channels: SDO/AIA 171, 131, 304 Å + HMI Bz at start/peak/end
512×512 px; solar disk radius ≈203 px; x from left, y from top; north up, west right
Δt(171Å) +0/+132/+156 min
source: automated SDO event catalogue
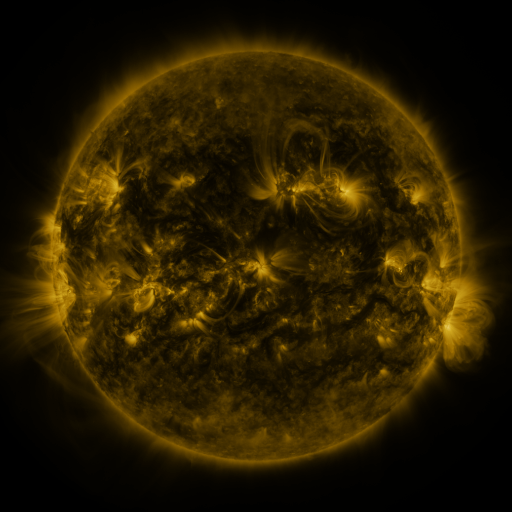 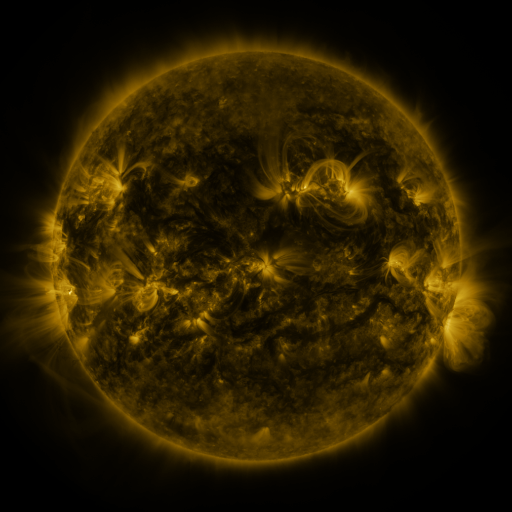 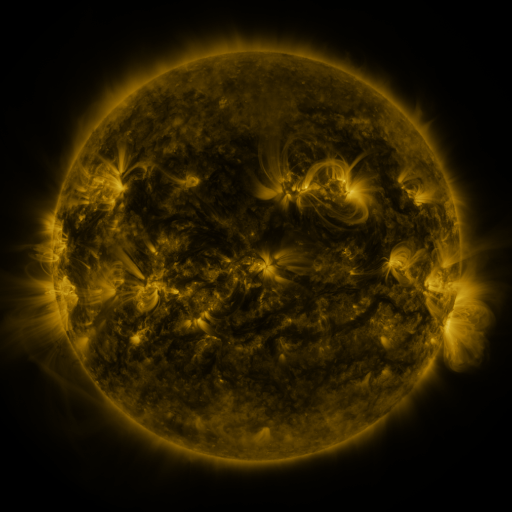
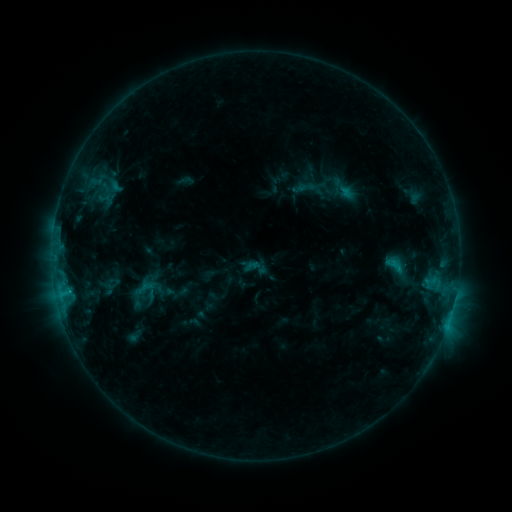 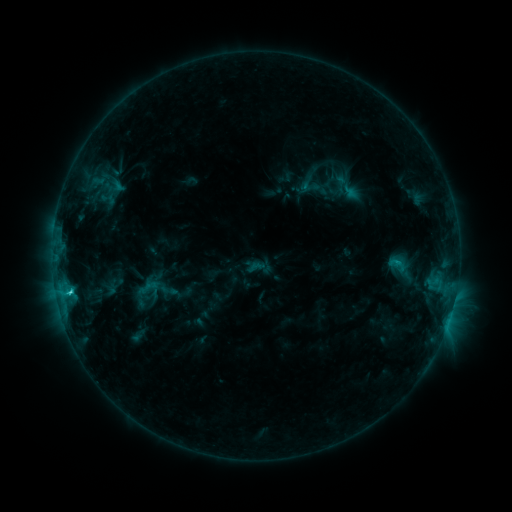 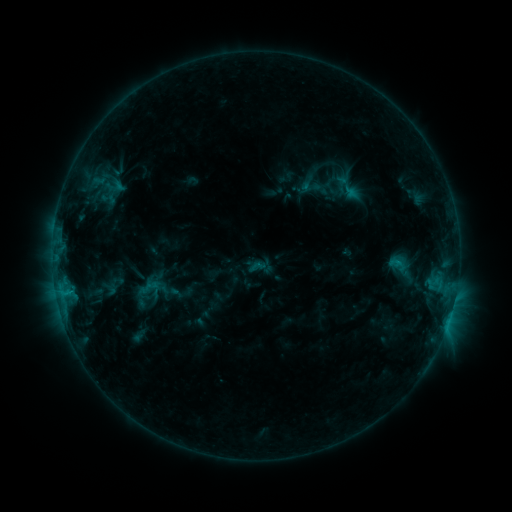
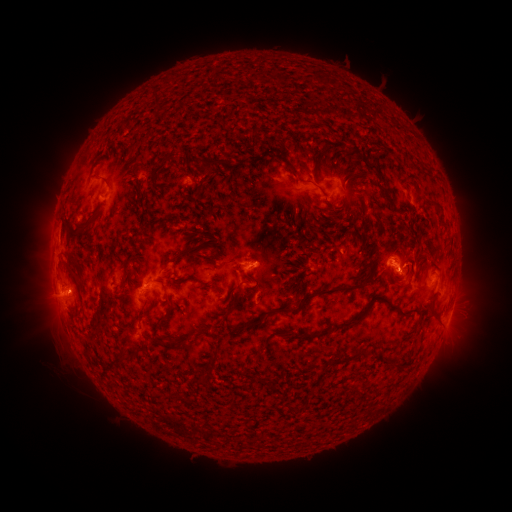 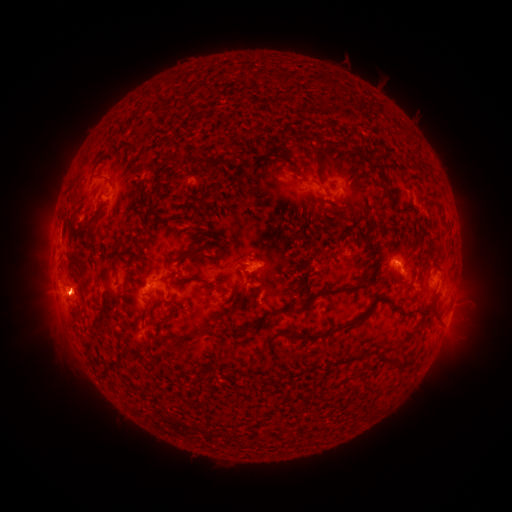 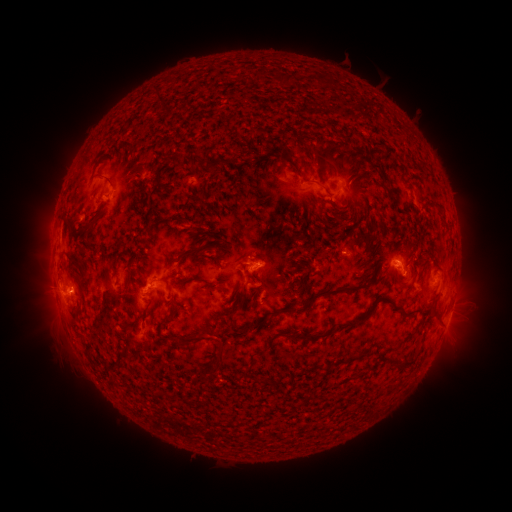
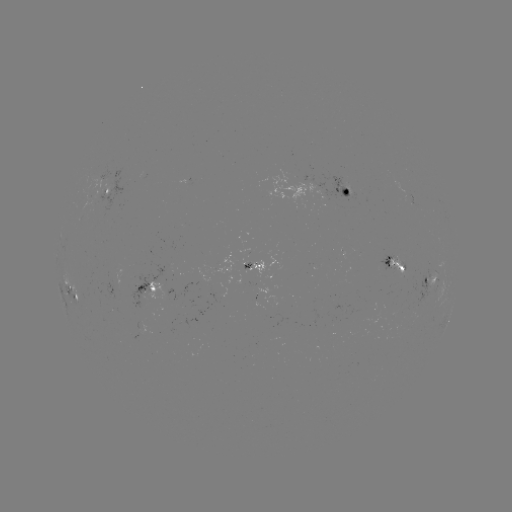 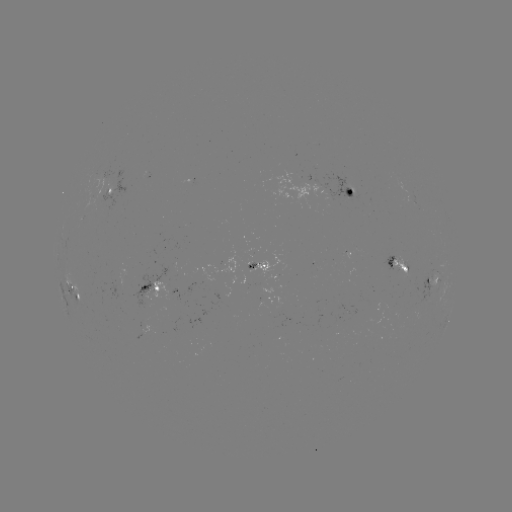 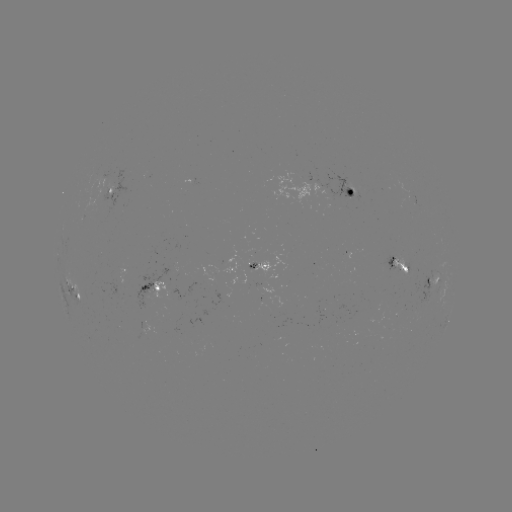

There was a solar emerging-flux region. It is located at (310, 183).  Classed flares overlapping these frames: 1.